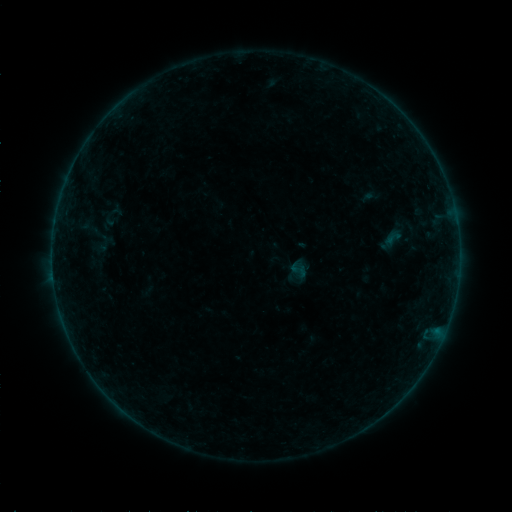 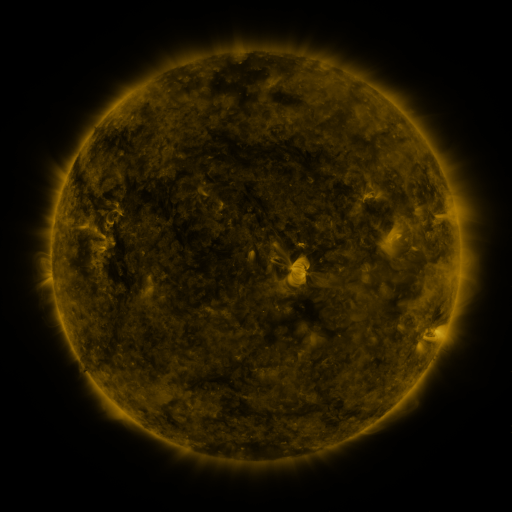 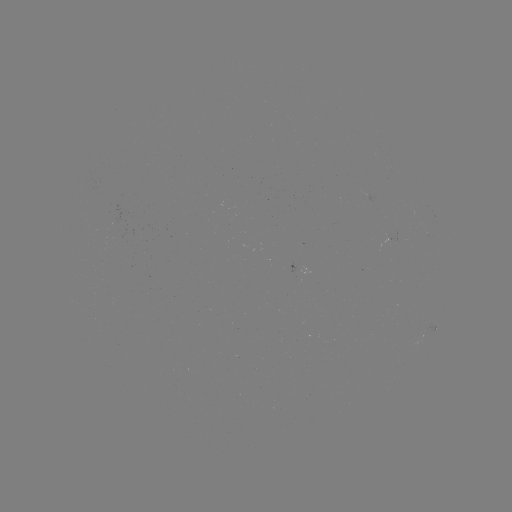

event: sigmoid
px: (393, 238)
